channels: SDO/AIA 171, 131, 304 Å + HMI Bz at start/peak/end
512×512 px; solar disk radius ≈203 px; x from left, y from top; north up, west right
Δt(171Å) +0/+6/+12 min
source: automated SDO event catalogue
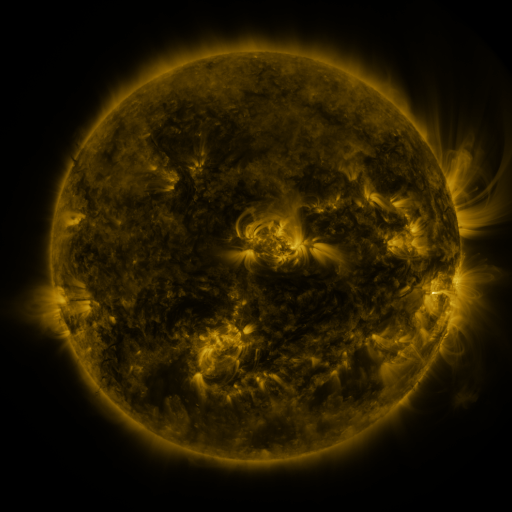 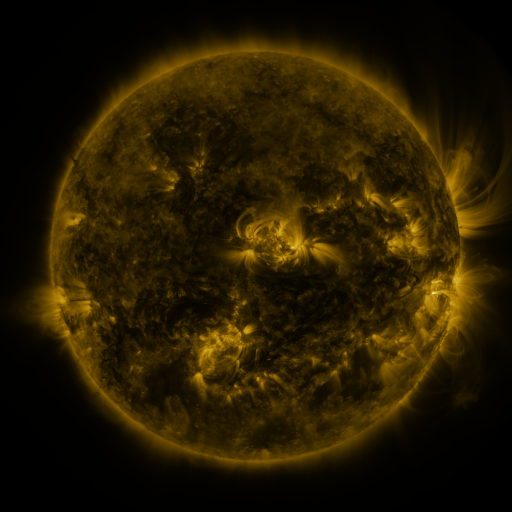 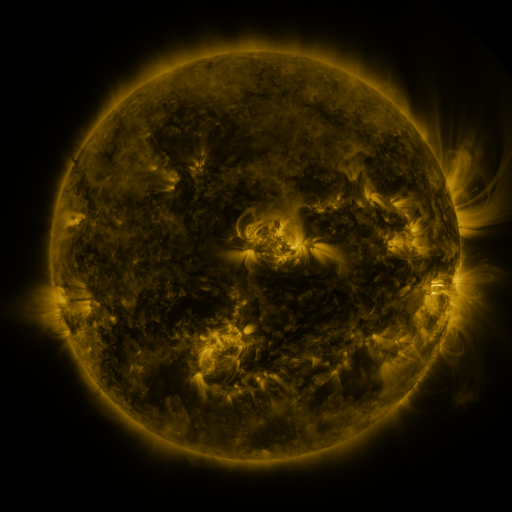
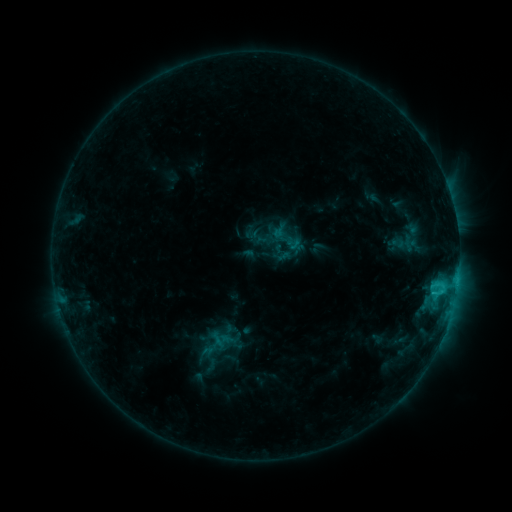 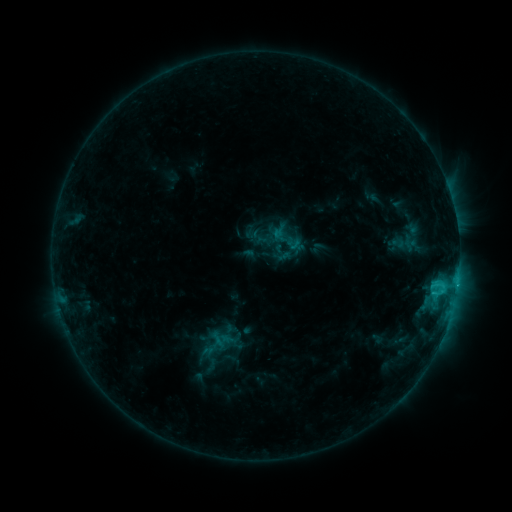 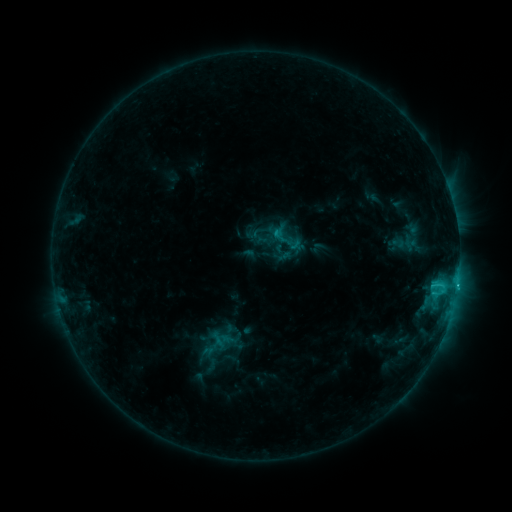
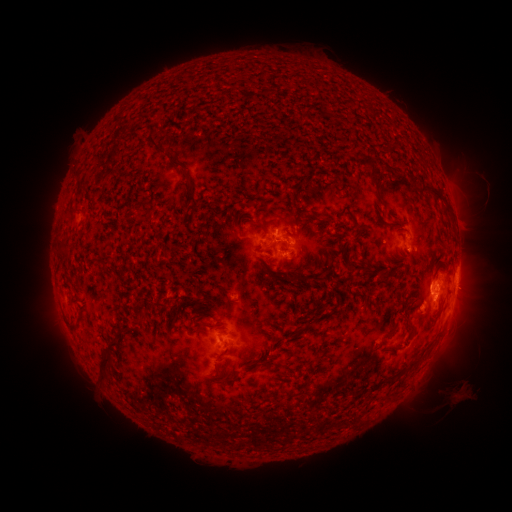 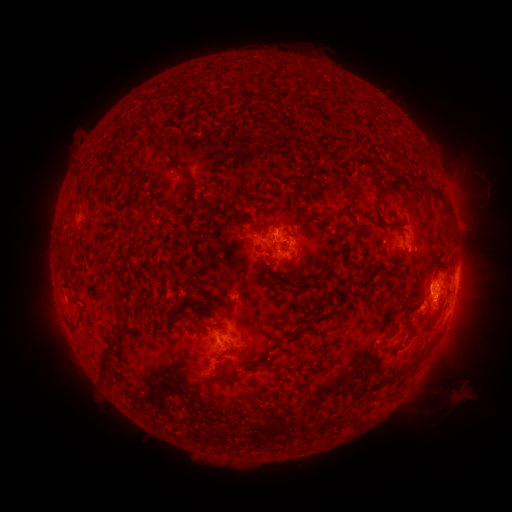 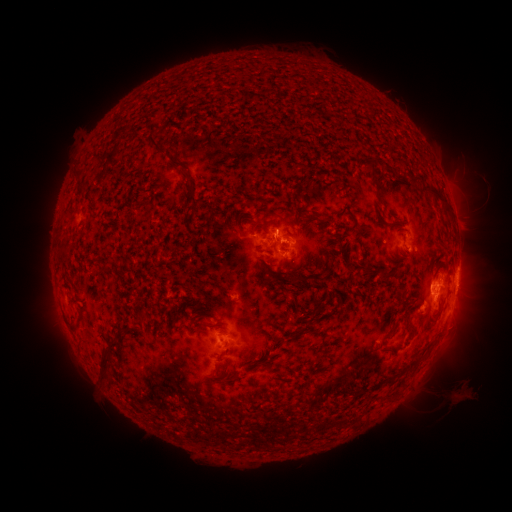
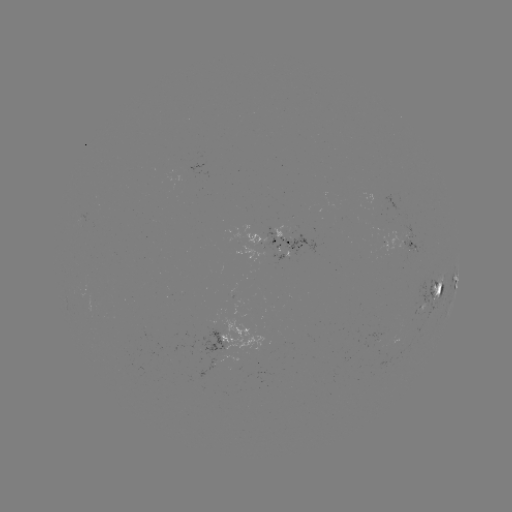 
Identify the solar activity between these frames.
C1.8 flare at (457, 284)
